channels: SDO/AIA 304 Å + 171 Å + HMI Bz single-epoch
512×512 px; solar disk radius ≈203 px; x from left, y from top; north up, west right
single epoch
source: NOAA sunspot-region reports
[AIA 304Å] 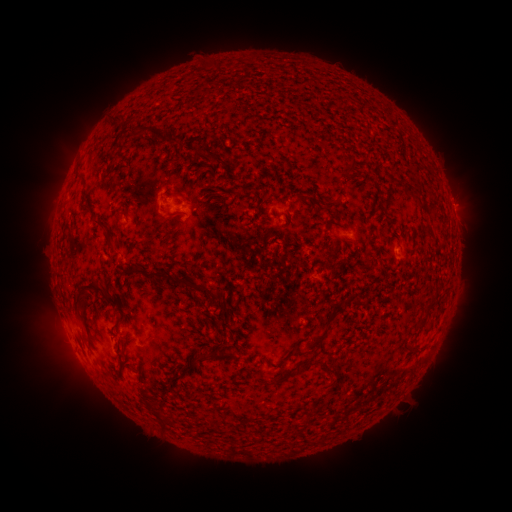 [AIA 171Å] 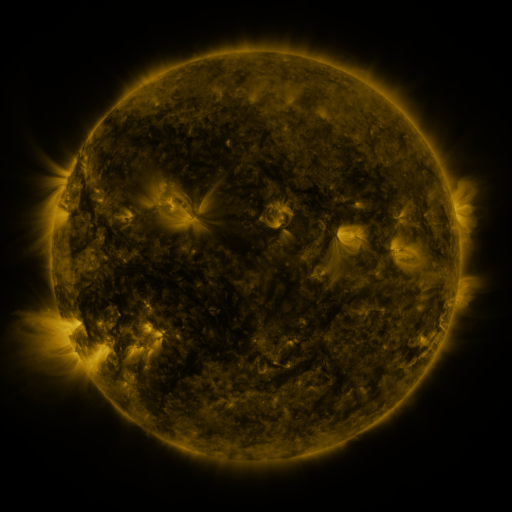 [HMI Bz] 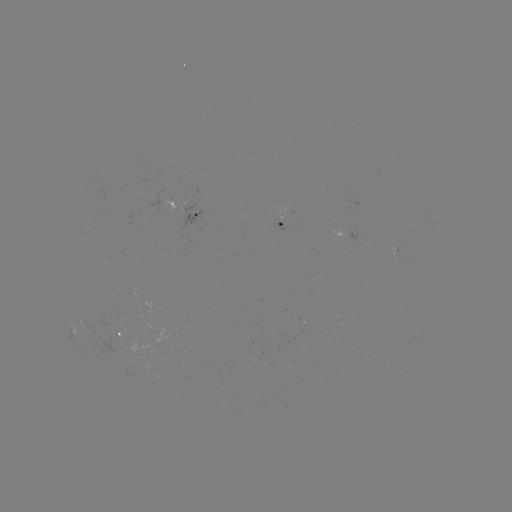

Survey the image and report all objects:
spotted active region: (196, 215)
spotted active region: (283, 223)
spotted active region: (349, 235)
spotted active region: (454, 292)
spotted active region: (128, 336)
